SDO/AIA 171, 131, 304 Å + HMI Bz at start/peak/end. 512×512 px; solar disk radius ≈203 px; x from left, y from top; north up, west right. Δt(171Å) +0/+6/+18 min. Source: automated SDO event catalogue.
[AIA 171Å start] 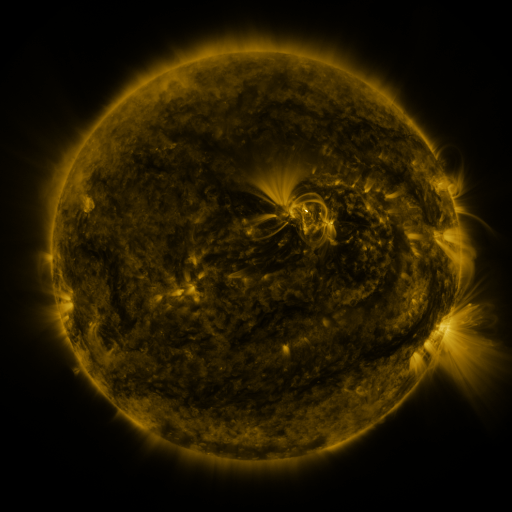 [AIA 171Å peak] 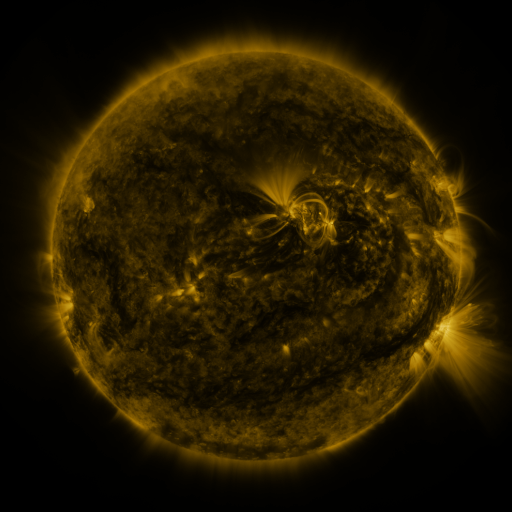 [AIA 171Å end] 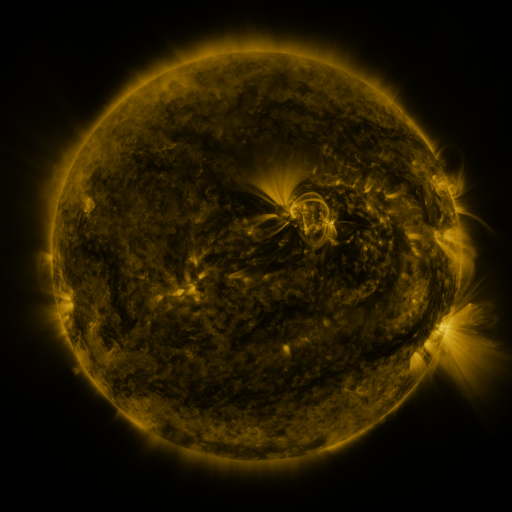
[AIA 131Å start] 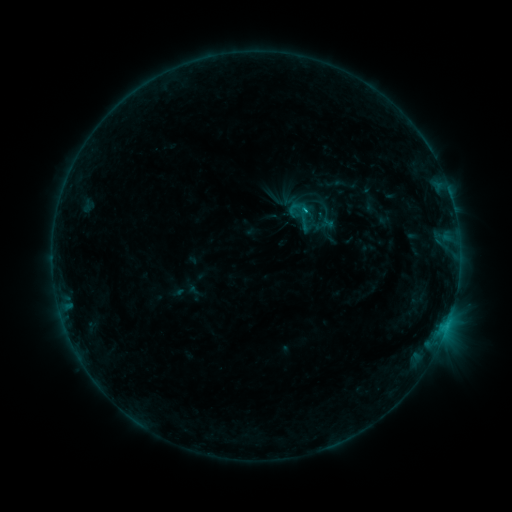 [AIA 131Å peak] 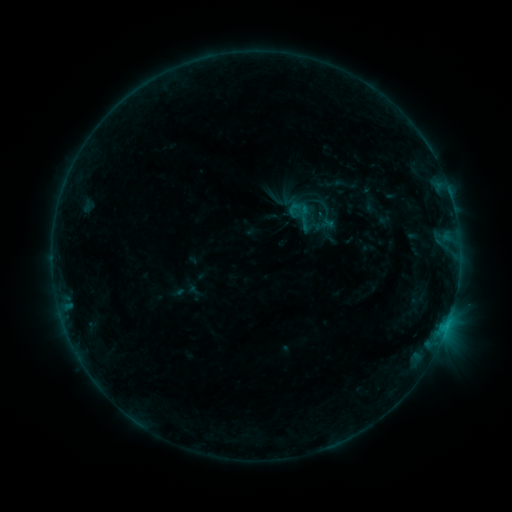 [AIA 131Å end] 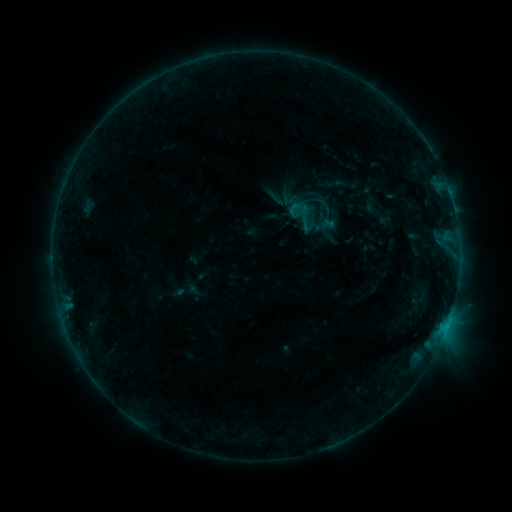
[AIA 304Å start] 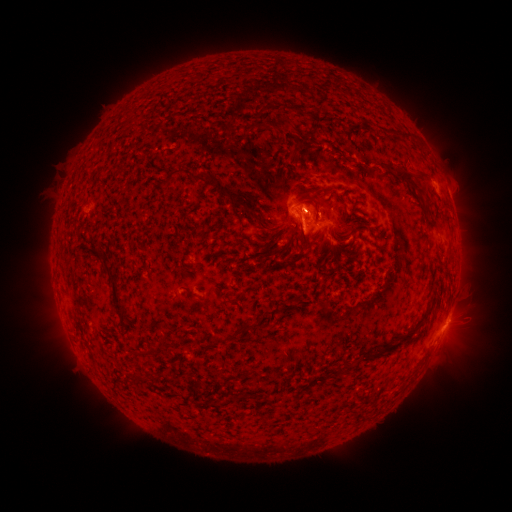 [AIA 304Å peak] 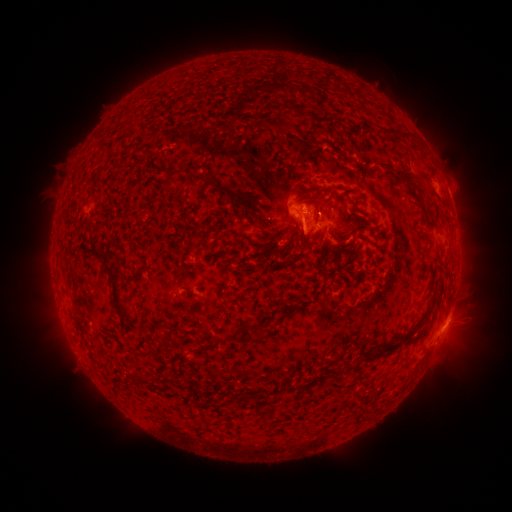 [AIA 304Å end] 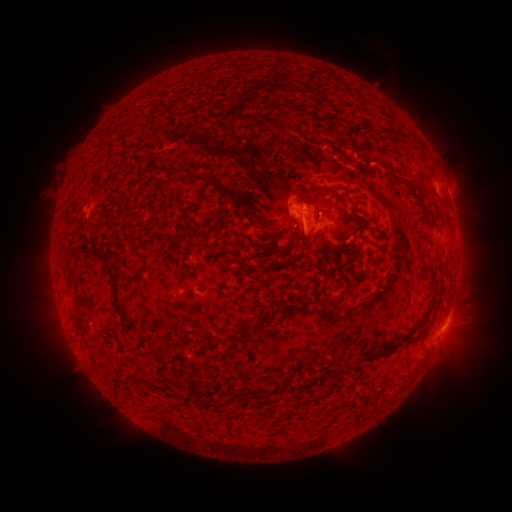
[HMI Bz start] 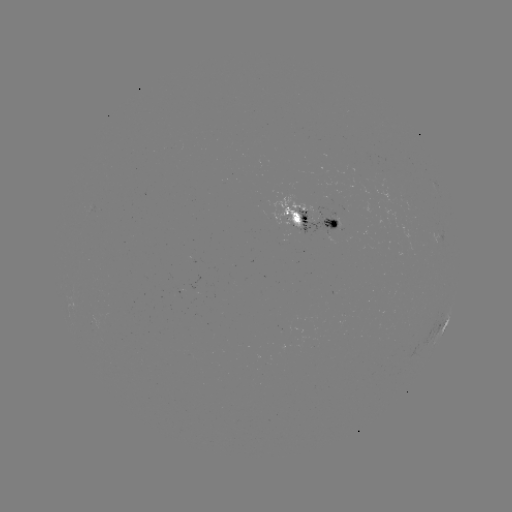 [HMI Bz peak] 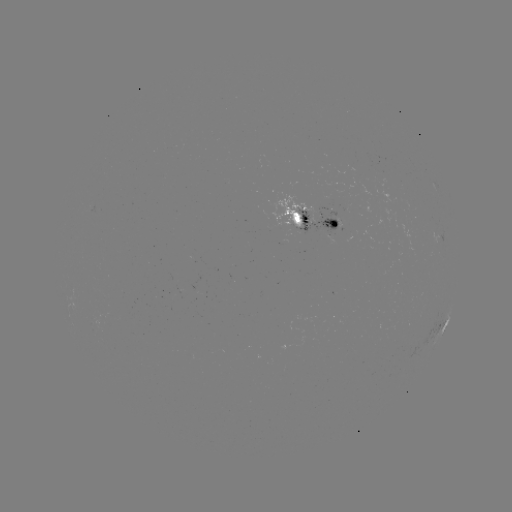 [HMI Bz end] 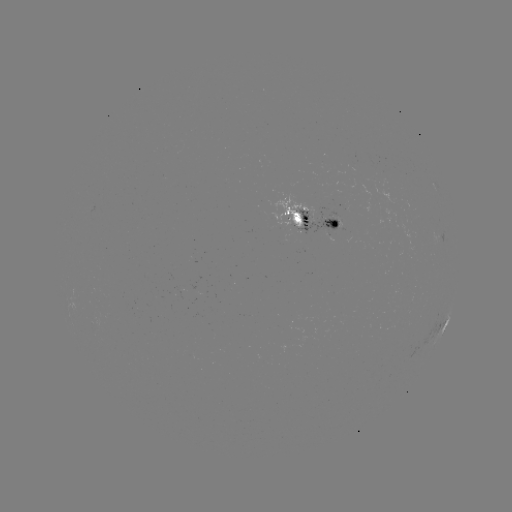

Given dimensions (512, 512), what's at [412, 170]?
eruption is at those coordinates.